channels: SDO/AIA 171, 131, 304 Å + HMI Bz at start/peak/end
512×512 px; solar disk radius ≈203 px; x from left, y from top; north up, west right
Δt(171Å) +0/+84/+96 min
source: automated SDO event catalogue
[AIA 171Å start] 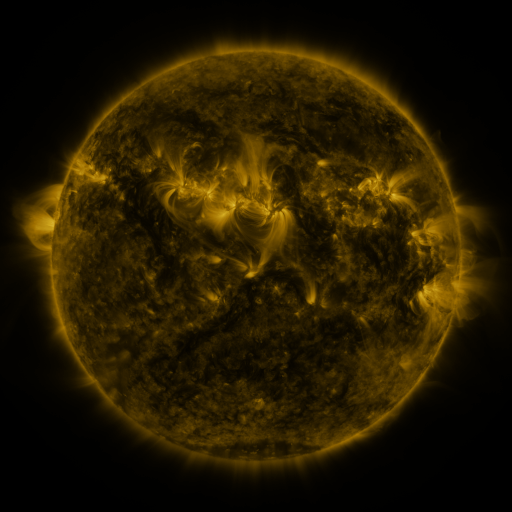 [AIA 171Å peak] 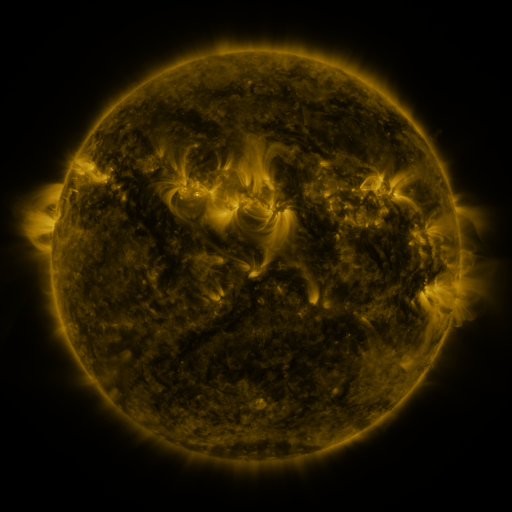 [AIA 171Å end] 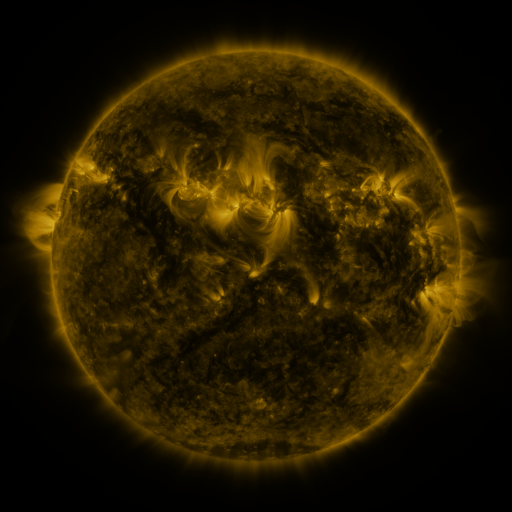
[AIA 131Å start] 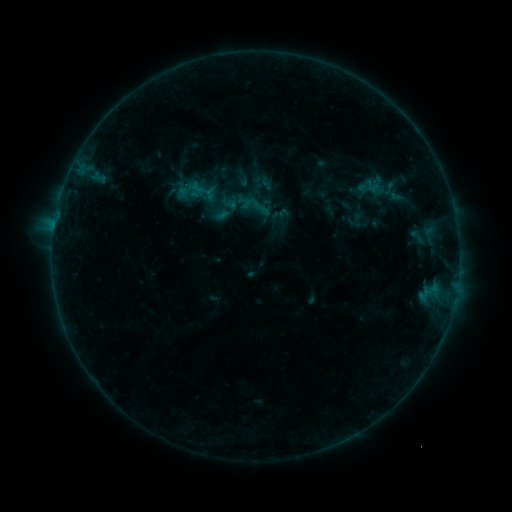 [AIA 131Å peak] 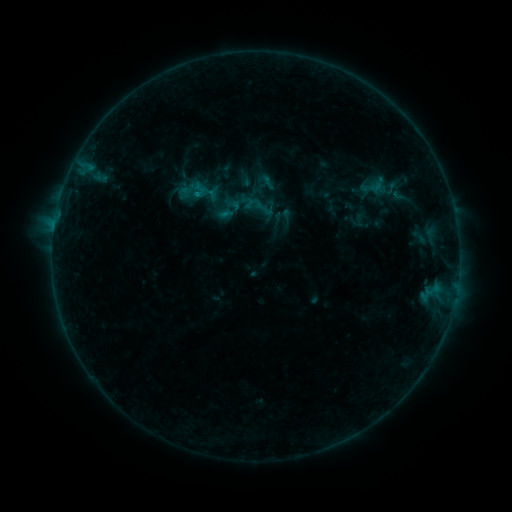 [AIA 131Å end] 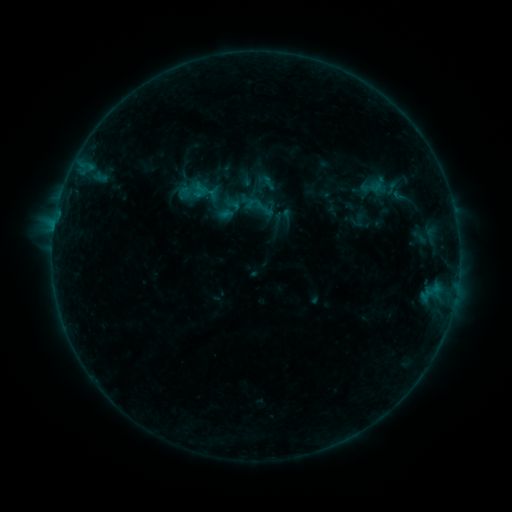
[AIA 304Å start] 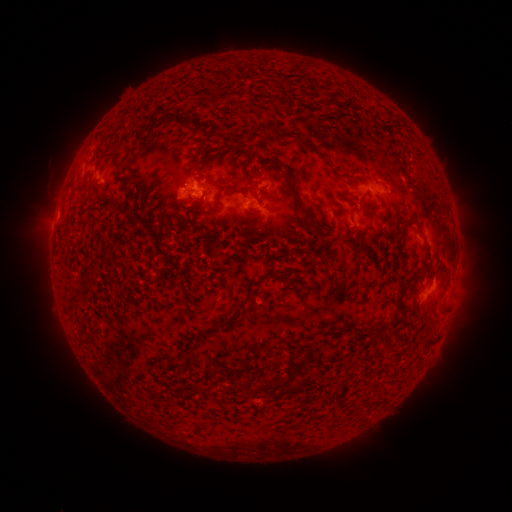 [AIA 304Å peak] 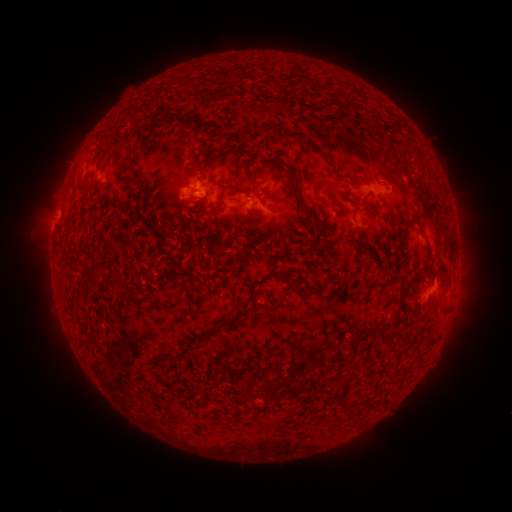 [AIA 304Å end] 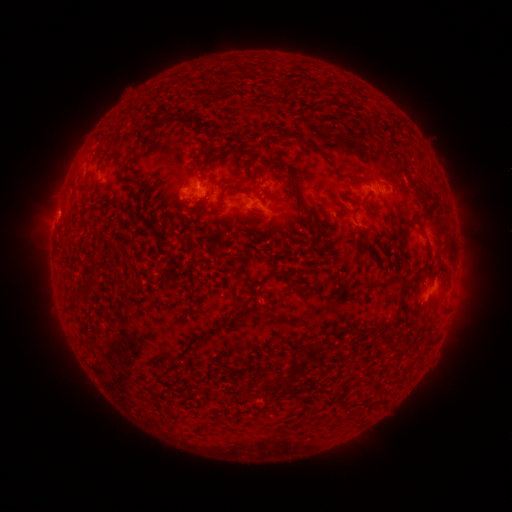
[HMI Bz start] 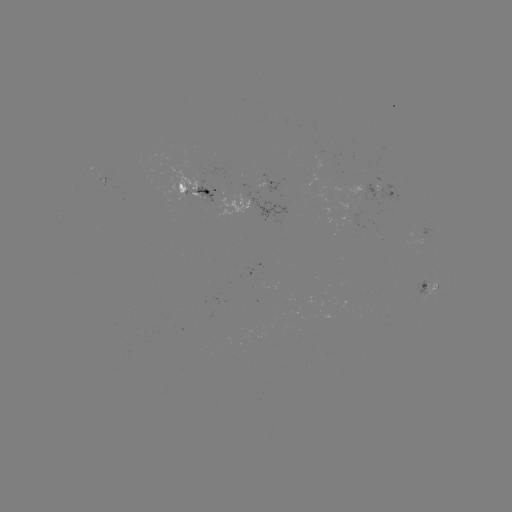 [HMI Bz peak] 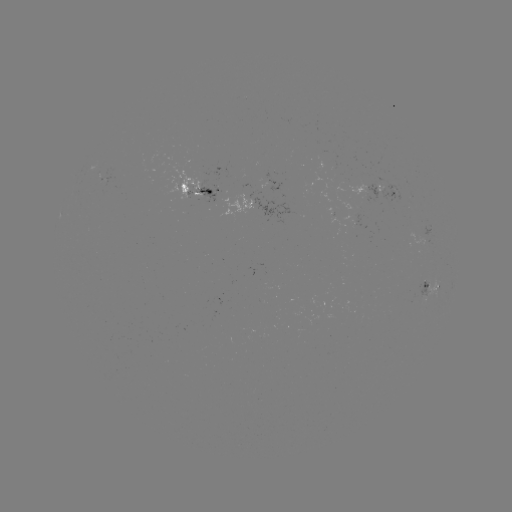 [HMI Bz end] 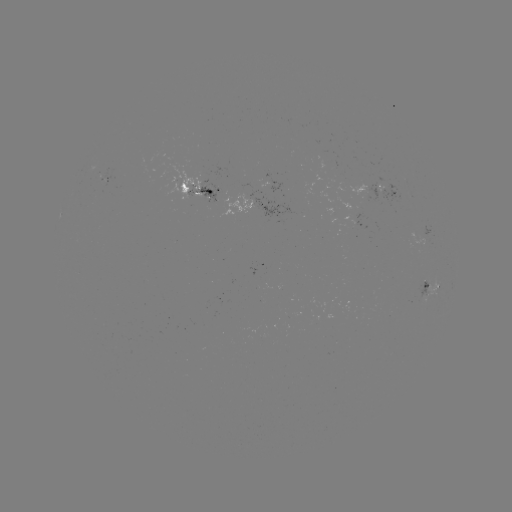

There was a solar emerging-flux region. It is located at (201, 170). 